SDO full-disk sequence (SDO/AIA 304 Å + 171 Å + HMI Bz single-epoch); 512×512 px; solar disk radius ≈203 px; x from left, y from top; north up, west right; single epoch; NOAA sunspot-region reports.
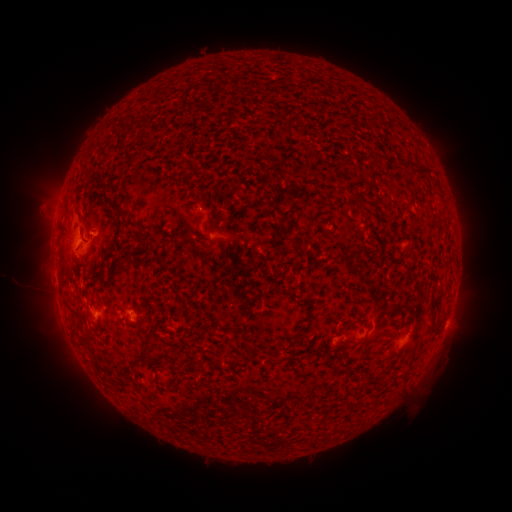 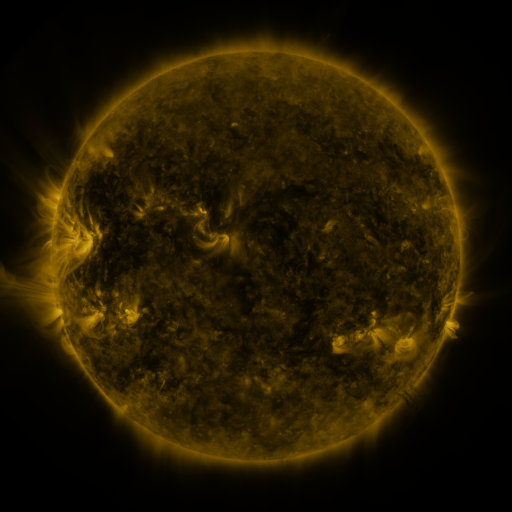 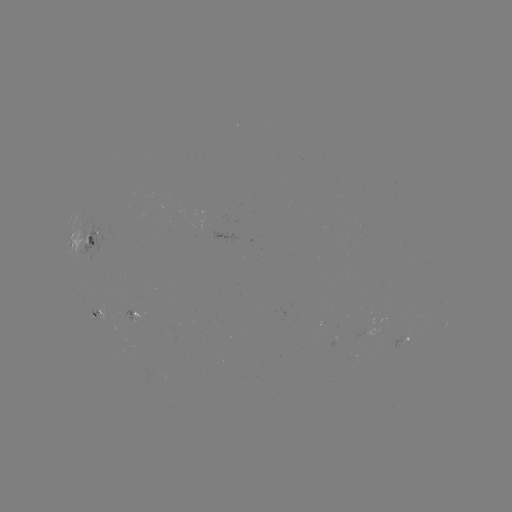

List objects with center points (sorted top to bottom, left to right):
spotted active region: (86, 244)
spotted active region: (101, 312)
spotted active region: (145, 323)
spotted active region: (408, 335)
